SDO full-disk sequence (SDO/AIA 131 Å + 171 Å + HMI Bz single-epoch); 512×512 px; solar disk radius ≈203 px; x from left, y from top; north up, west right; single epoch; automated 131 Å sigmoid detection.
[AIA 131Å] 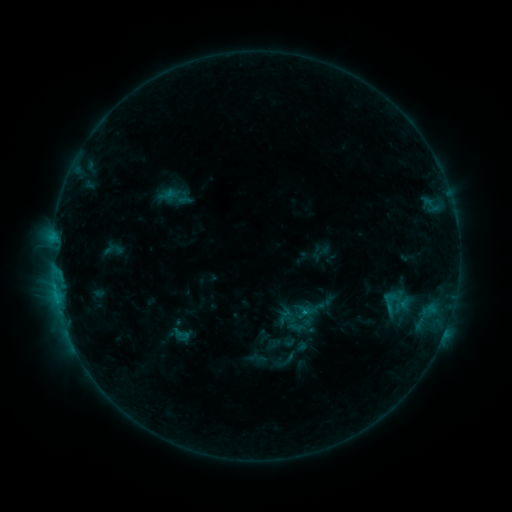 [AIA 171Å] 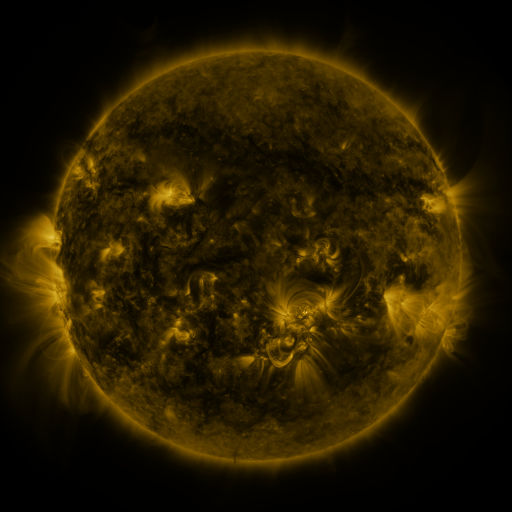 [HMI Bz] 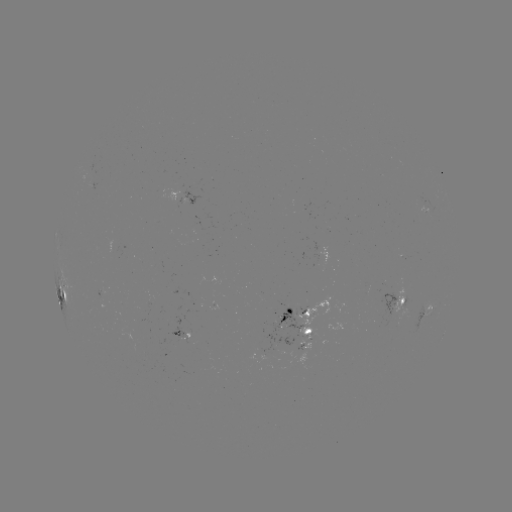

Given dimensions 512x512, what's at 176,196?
sigmoid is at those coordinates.